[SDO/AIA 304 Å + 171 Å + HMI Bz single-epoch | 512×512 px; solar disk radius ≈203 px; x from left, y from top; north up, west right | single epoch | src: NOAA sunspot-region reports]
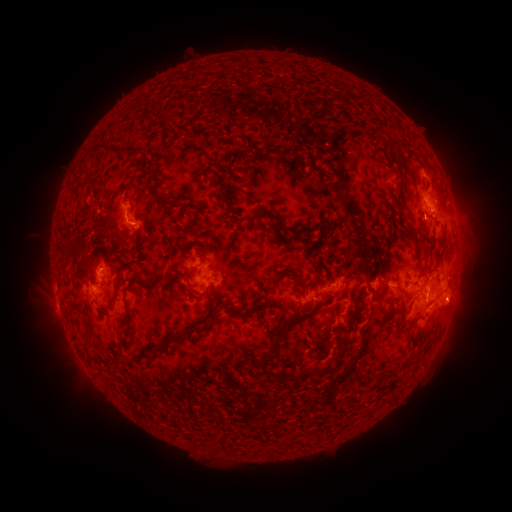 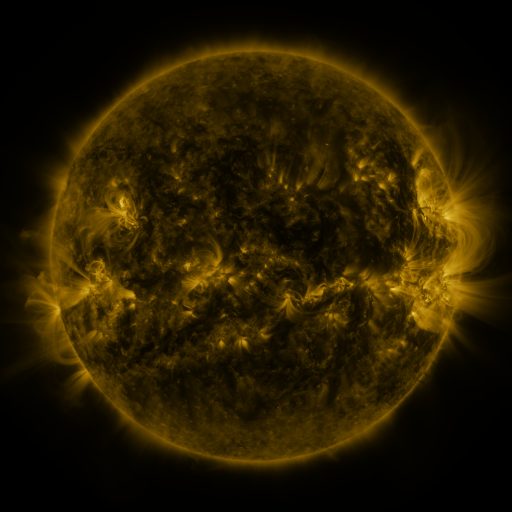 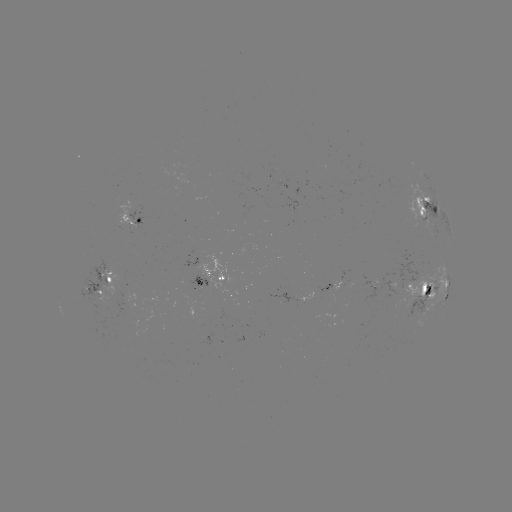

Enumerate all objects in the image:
spotted active region: (426, 198)
spotted active region: (133, 220)
spotted active region: (214, 276)
spotted active region: (384, 280)
spotted active region: (101, 287)
spotted active region: (434, 291)
spotted active region: (309, 294)
